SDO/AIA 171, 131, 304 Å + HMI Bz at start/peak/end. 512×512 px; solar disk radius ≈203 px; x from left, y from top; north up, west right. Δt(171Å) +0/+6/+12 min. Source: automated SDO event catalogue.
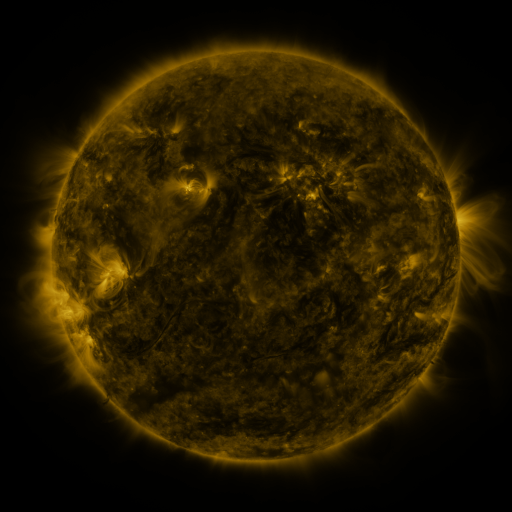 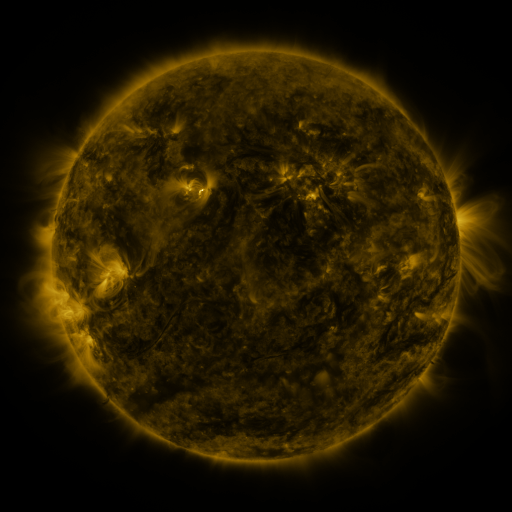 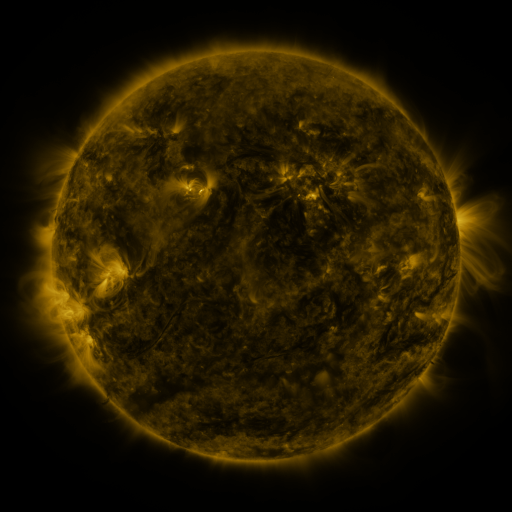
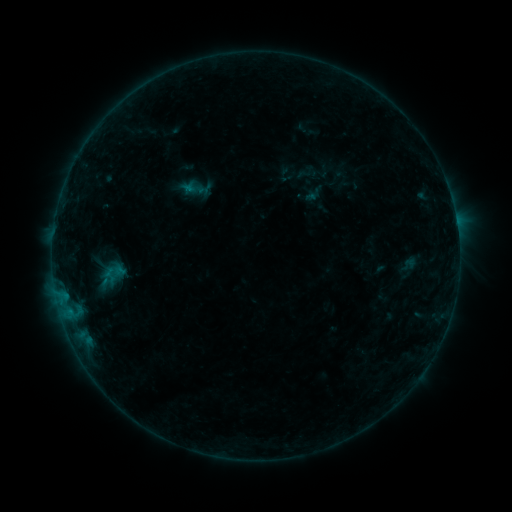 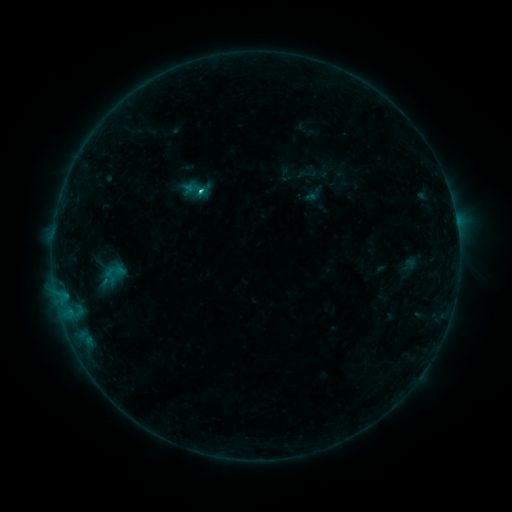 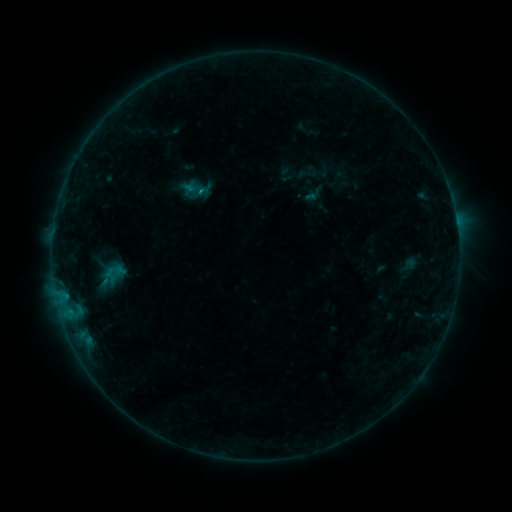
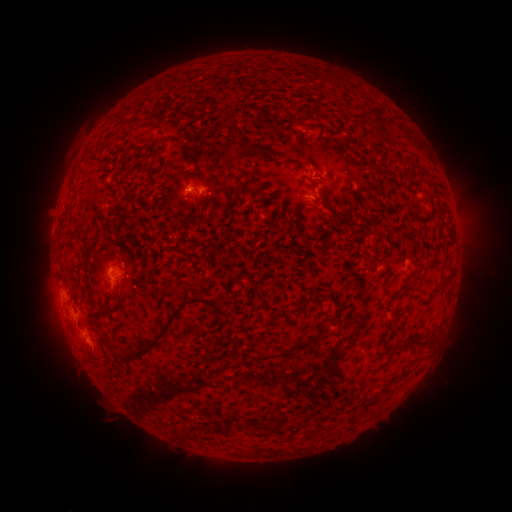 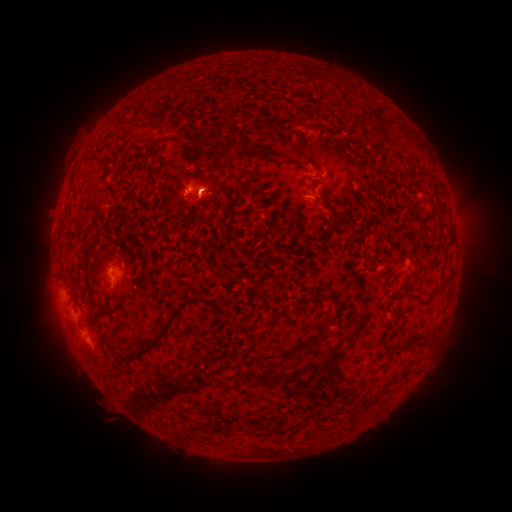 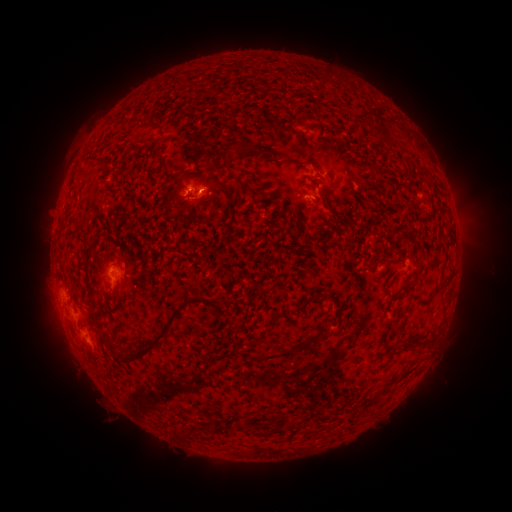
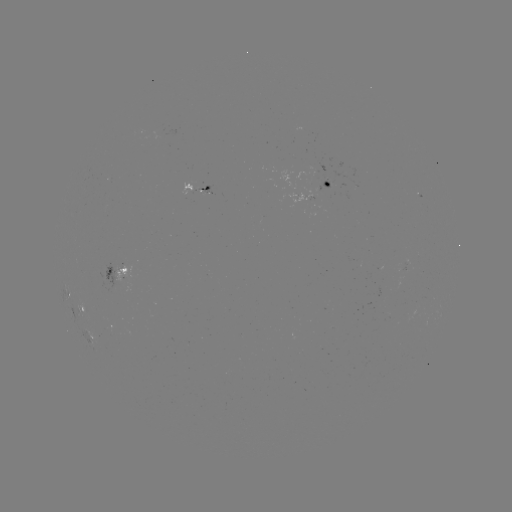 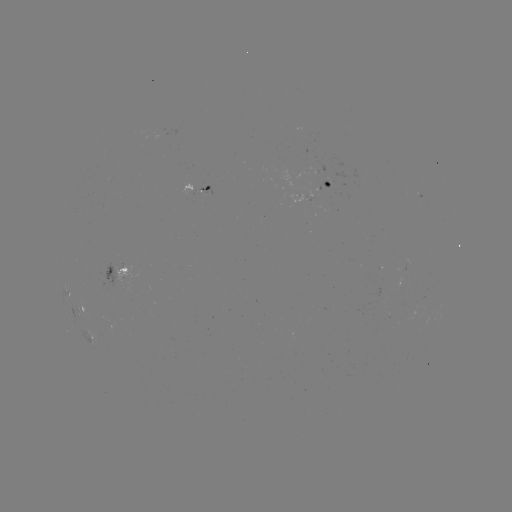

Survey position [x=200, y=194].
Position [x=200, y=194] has C1.0 flare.